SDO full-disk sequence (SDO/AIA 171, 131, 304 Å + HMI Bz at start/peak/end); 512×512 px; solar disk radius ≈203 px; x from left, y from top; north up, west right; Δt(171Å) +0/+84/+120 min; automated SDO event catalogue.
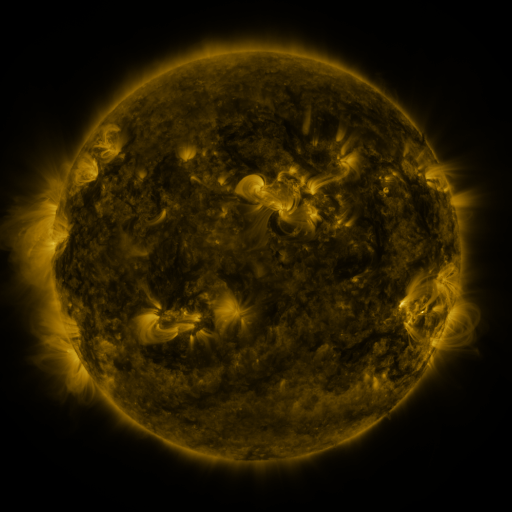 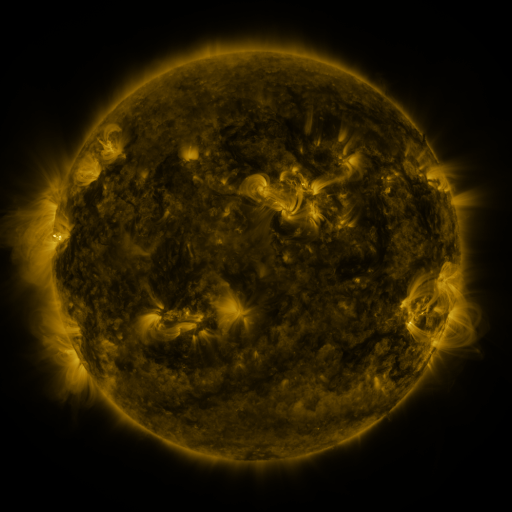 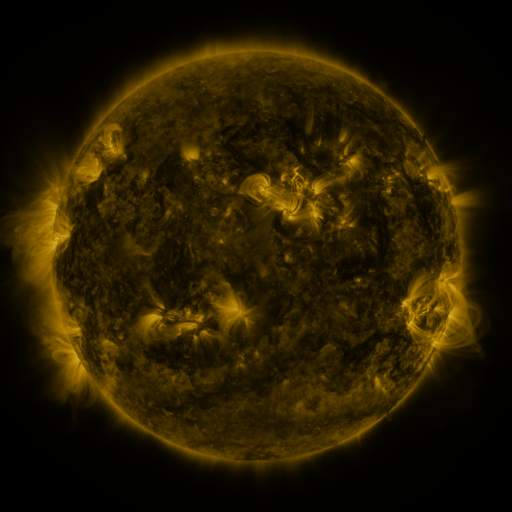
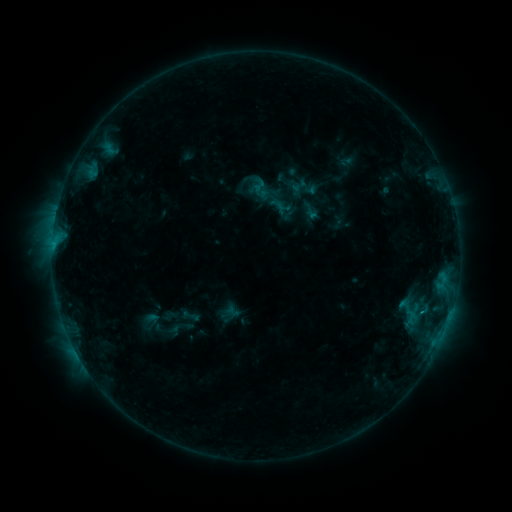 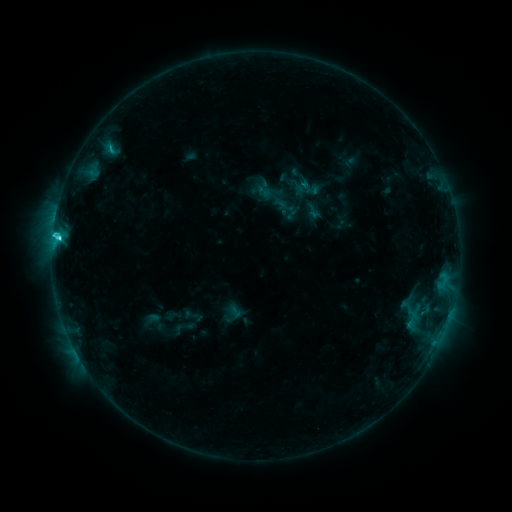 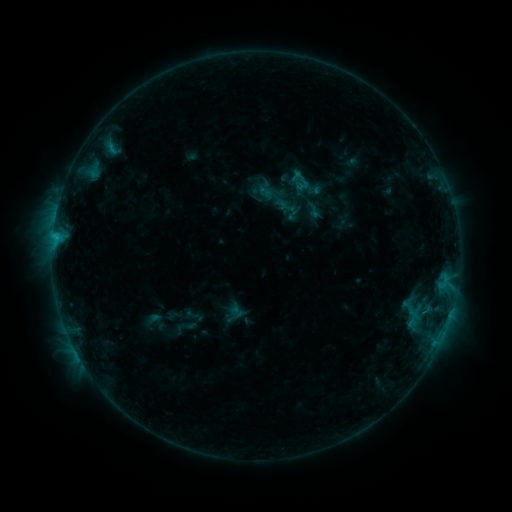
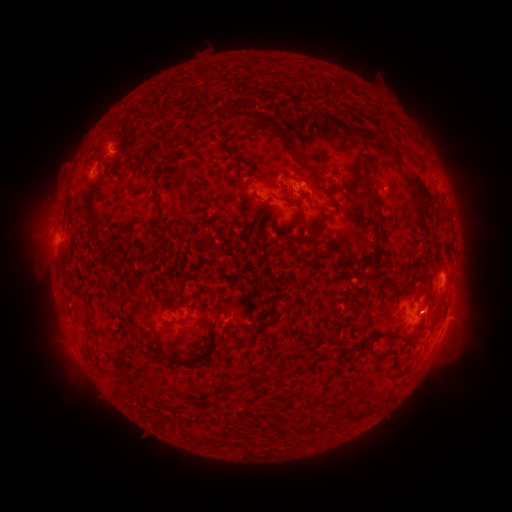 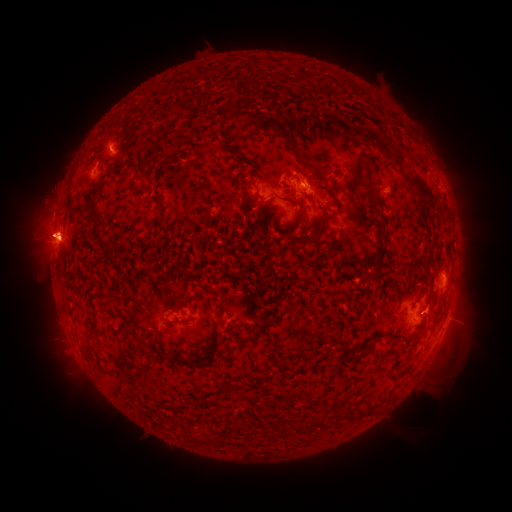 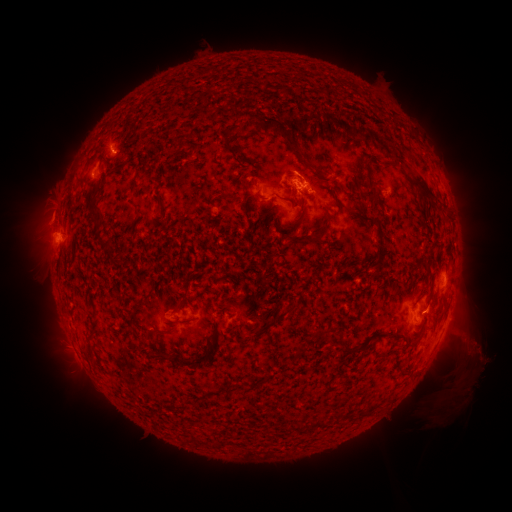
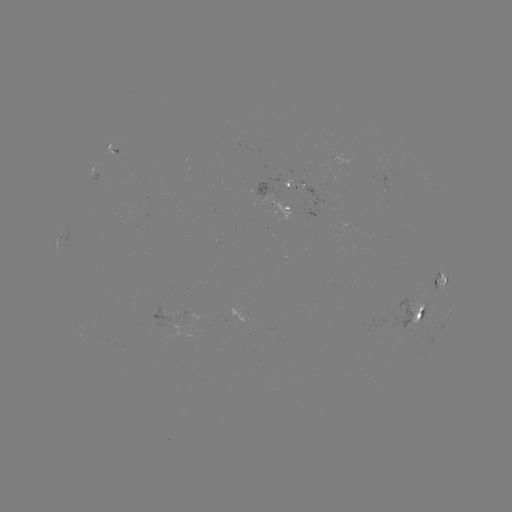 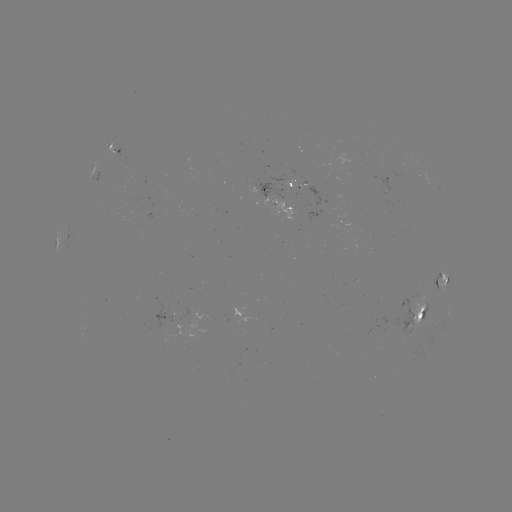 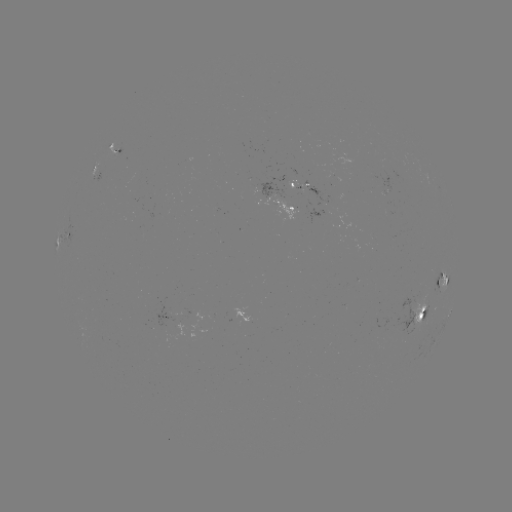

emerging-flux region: [133, 206, 141, 219]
